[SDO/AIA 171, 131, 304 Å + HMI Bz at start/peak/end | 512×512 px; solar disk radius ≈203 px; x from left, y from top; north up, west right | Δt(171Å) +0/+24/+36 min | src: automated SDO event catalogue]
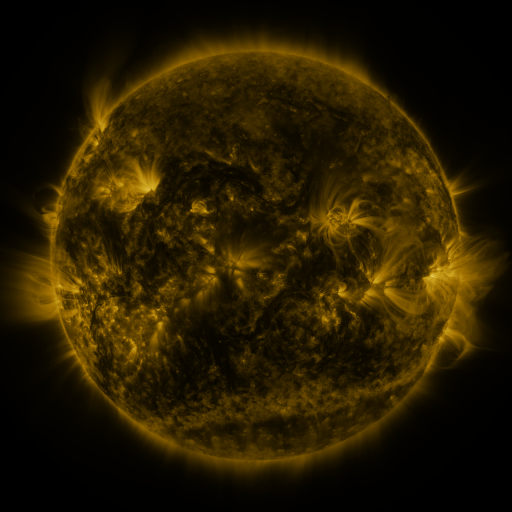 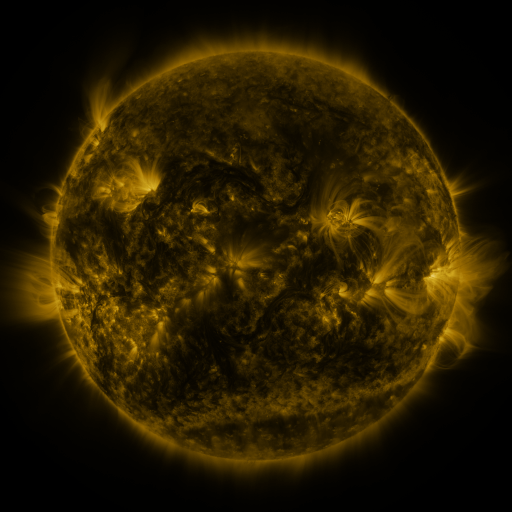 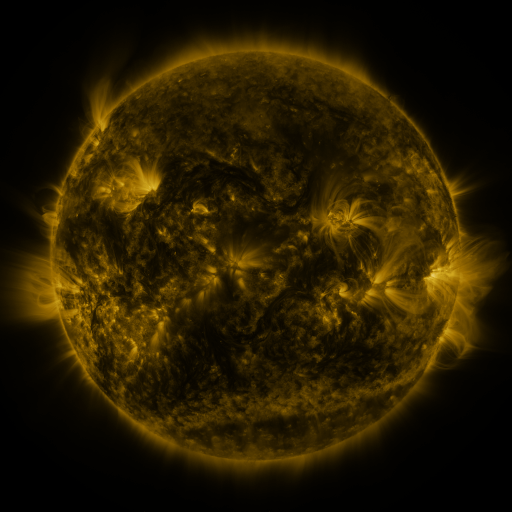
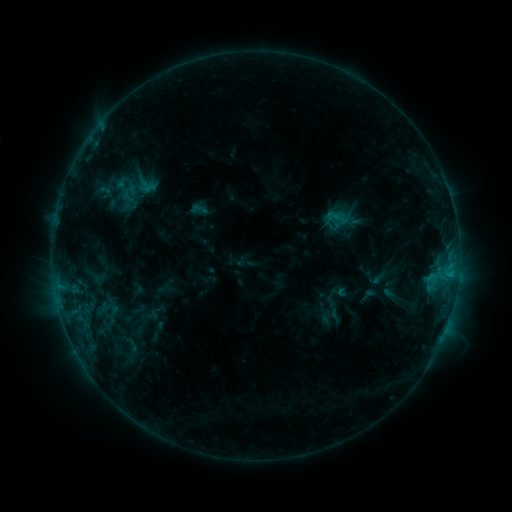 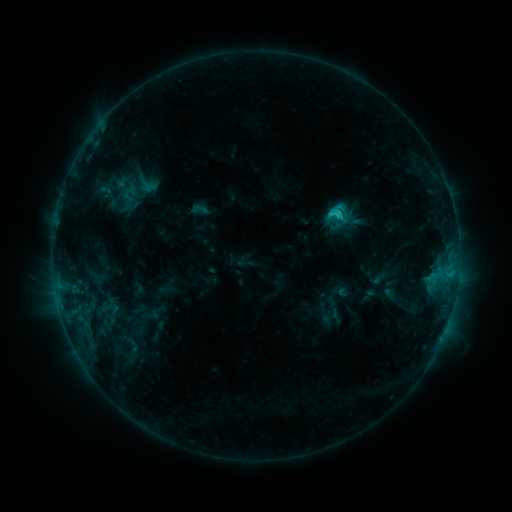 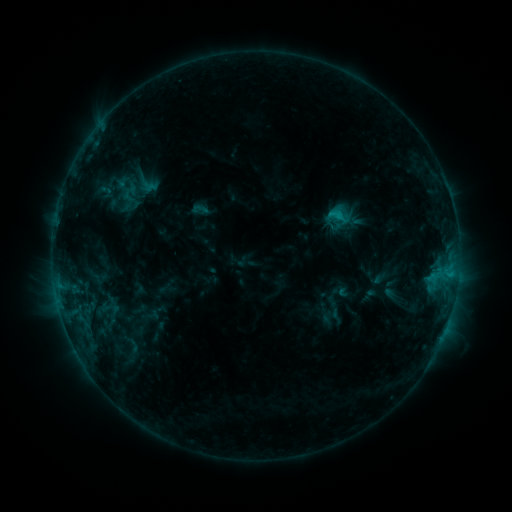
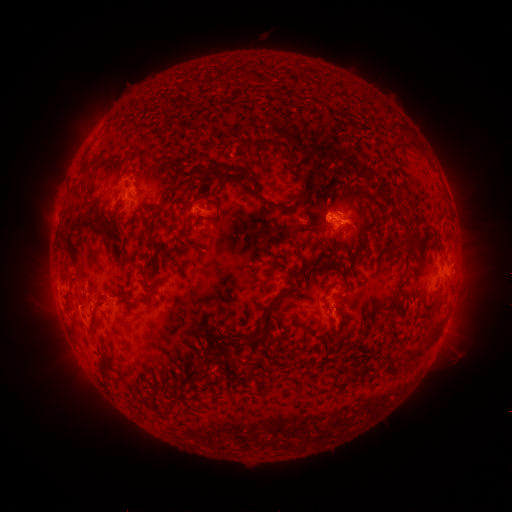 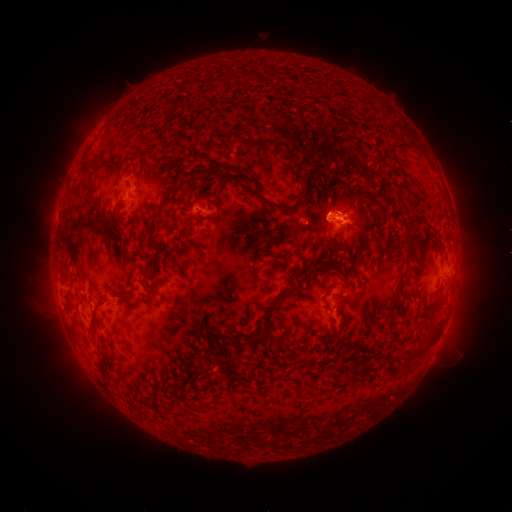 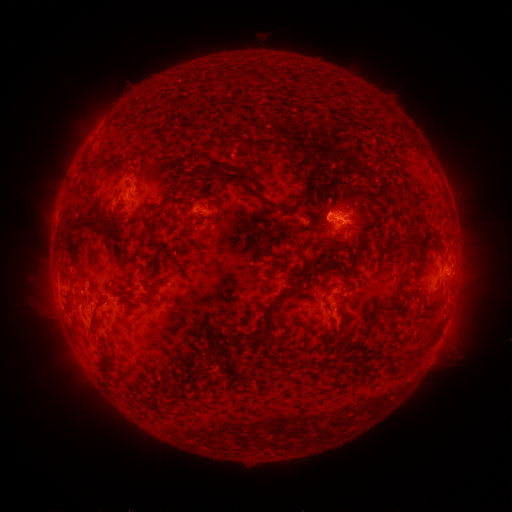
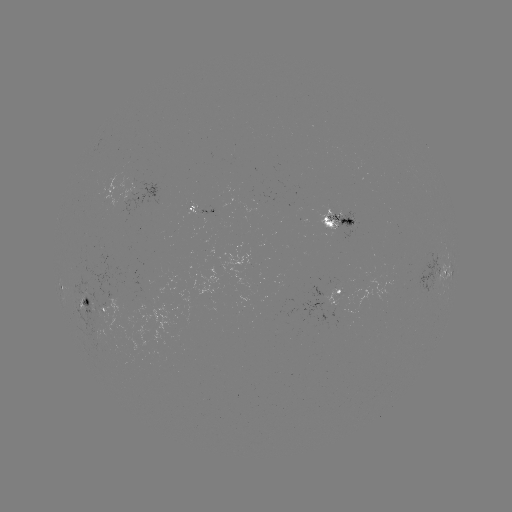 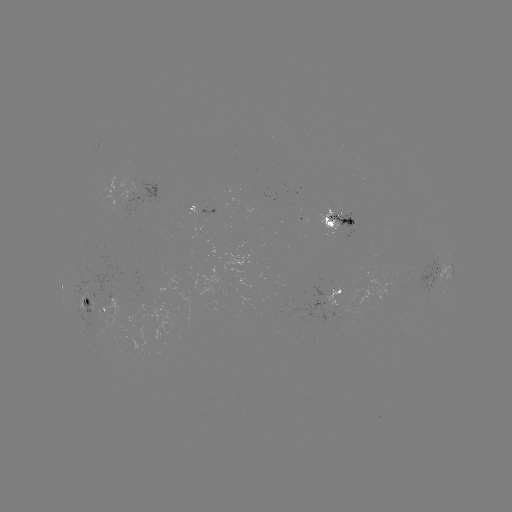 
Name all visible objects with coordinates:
C1.8 flare: (338, 214)
